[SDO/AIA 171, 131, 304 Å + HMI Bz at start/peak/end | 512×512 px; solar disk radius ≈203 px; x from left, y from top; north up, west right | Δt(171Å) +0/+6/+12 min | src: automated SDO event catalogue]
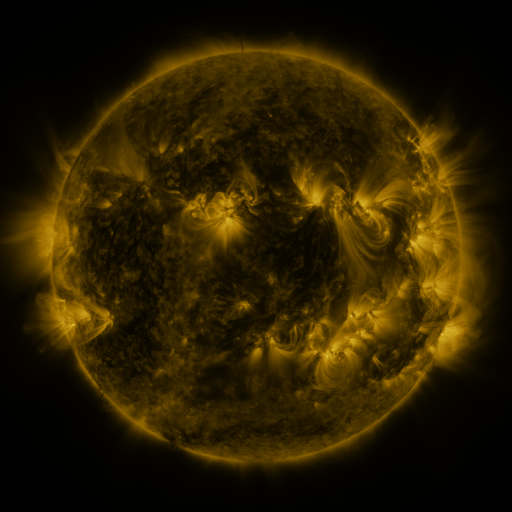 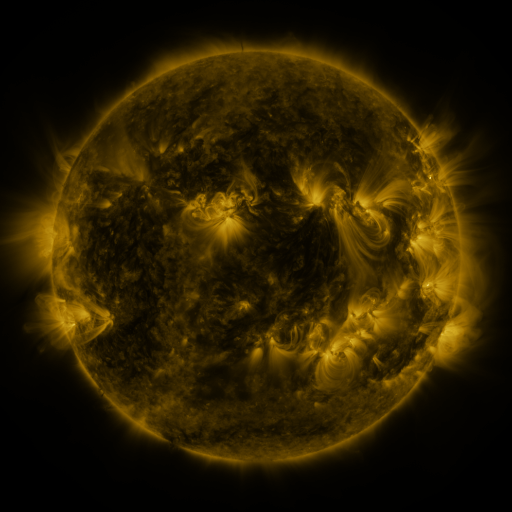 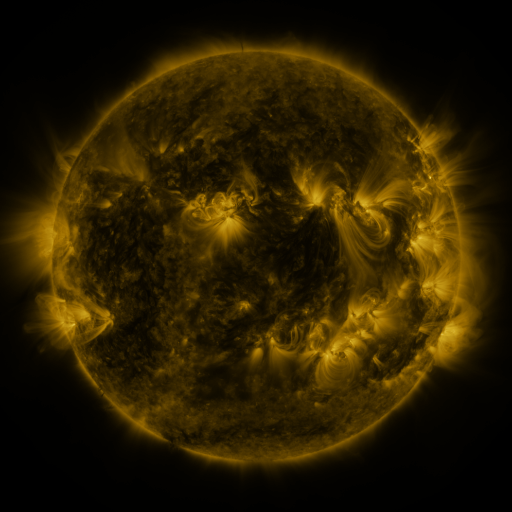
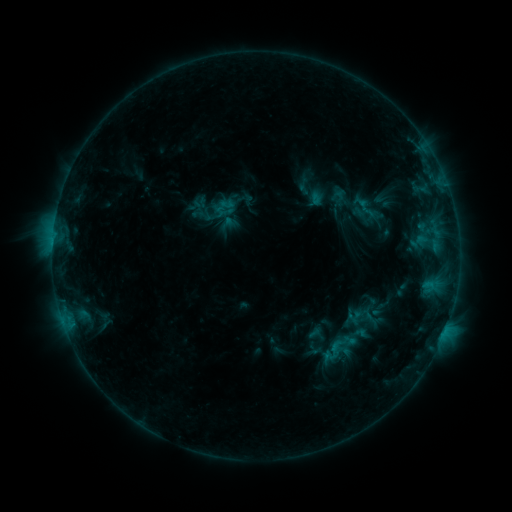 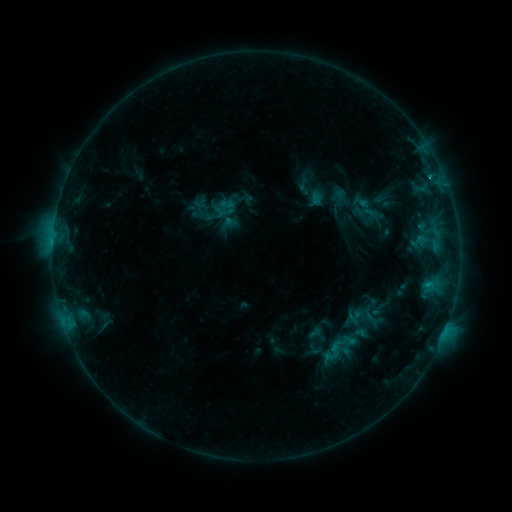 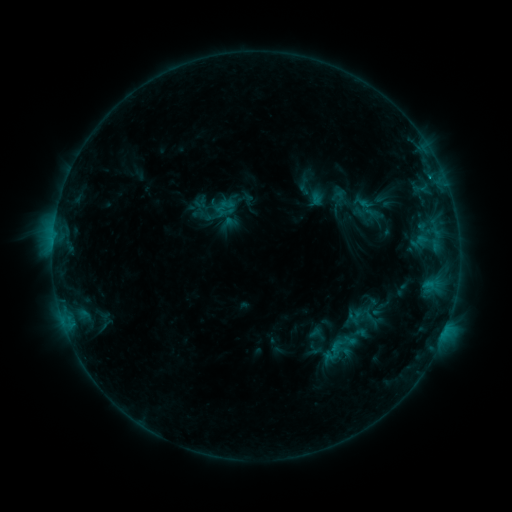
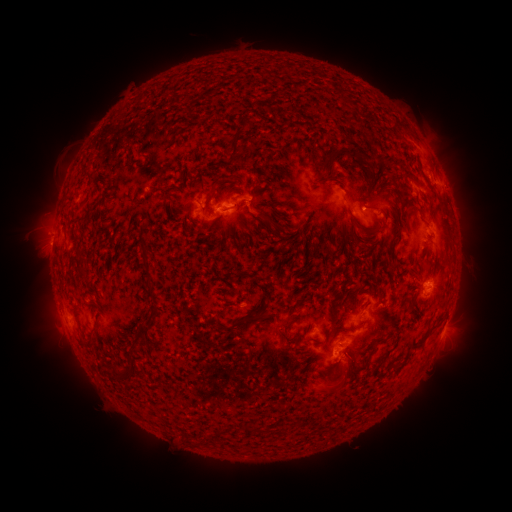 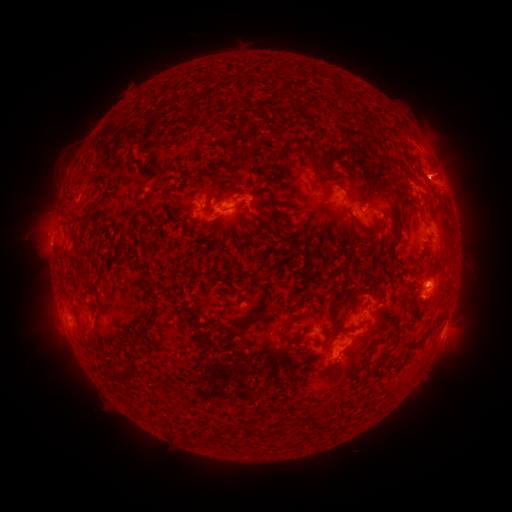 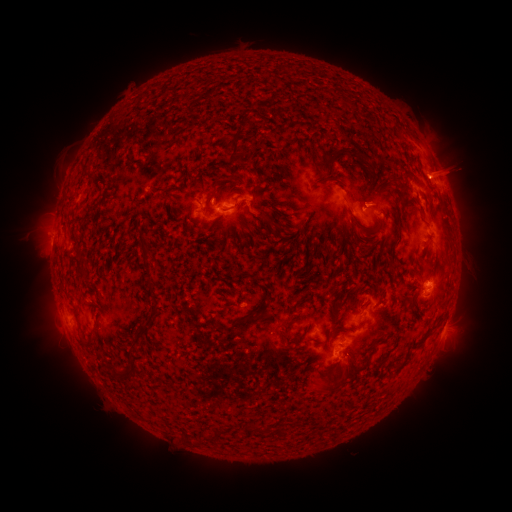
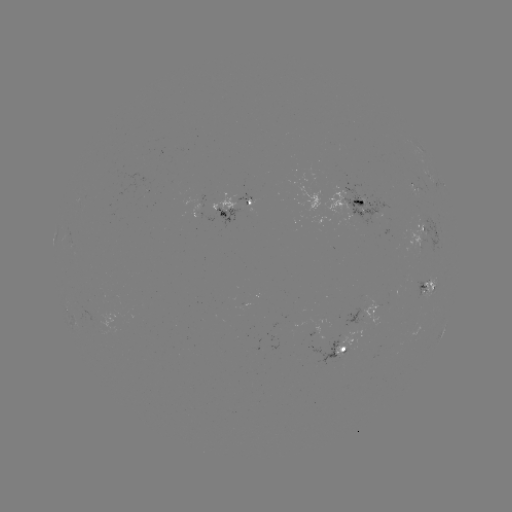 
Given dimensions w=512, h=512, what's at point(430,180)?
C1.2 flare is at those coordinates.